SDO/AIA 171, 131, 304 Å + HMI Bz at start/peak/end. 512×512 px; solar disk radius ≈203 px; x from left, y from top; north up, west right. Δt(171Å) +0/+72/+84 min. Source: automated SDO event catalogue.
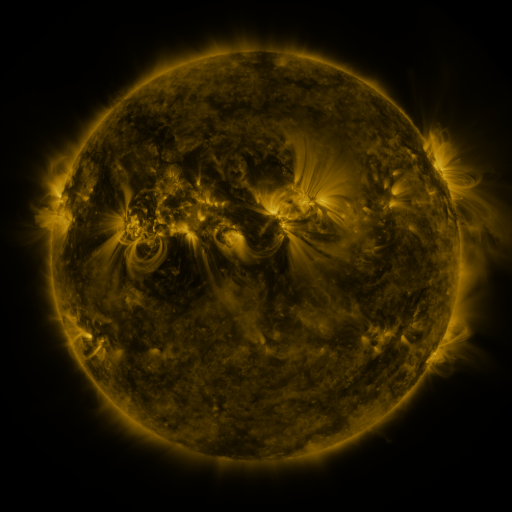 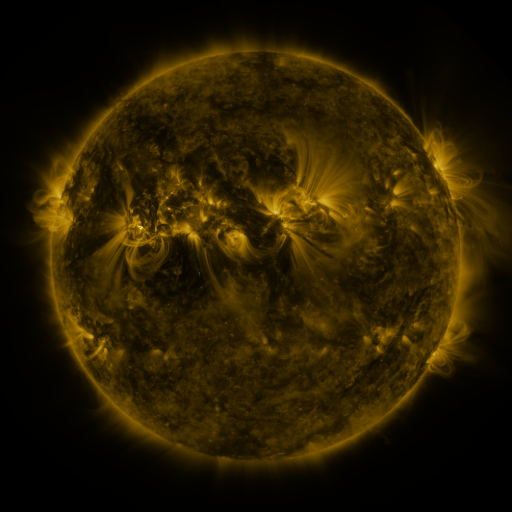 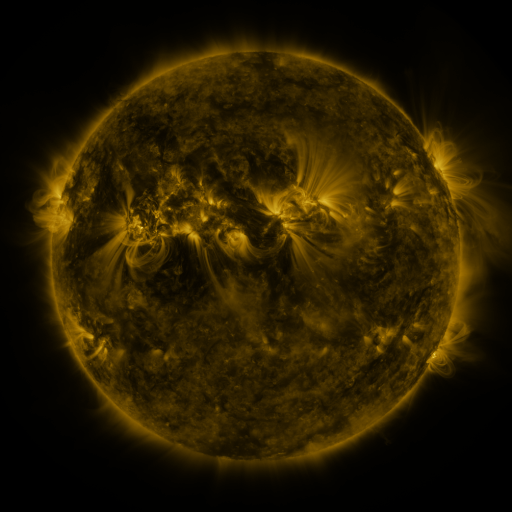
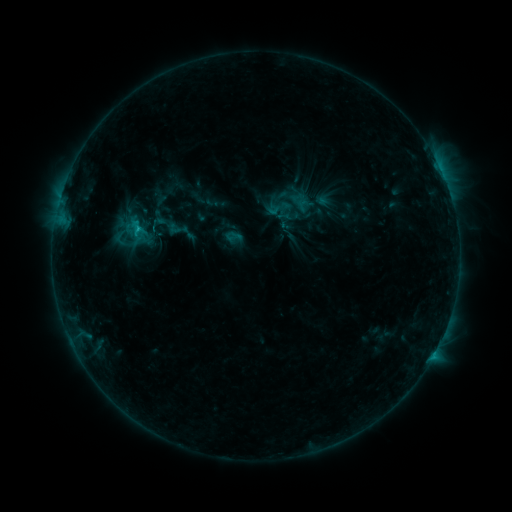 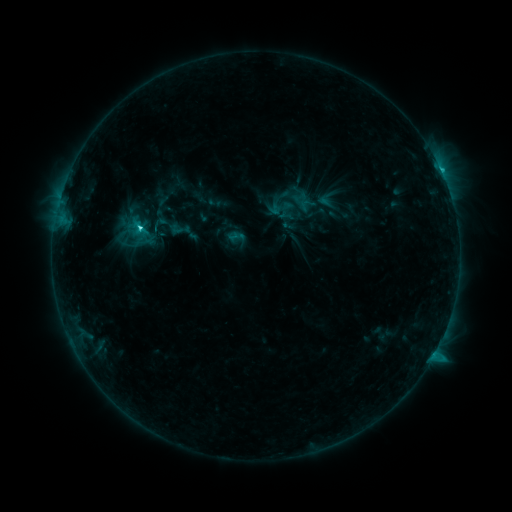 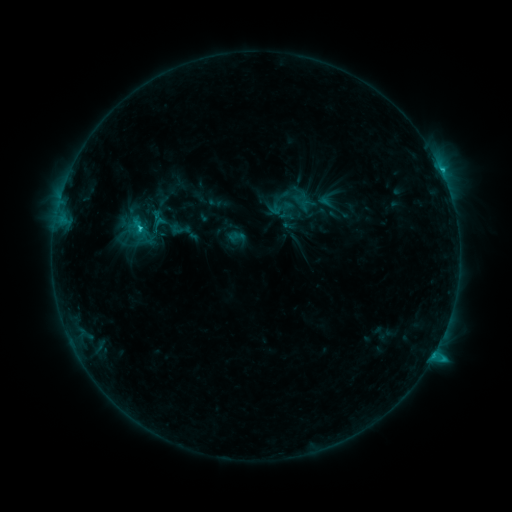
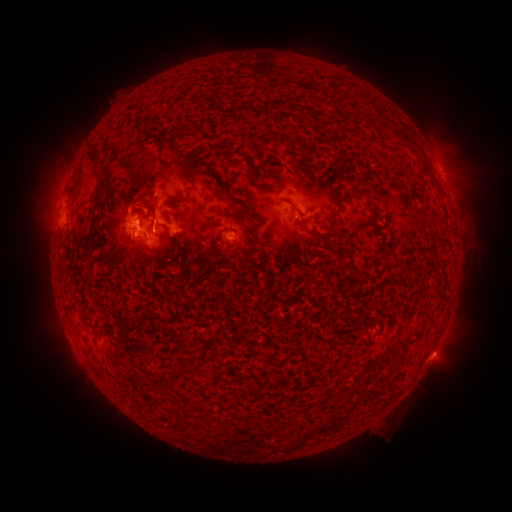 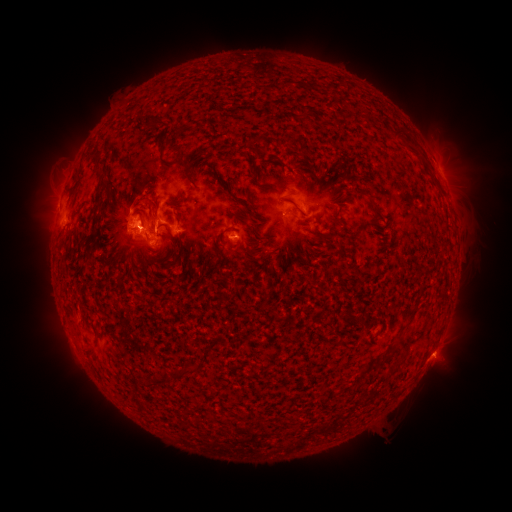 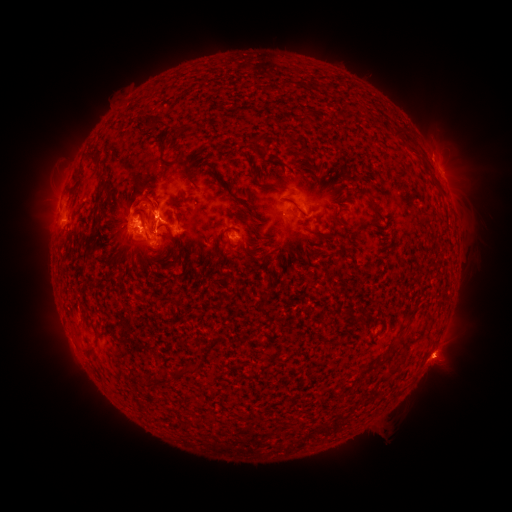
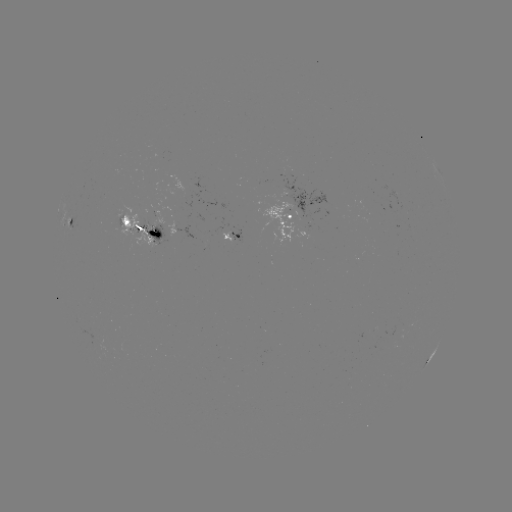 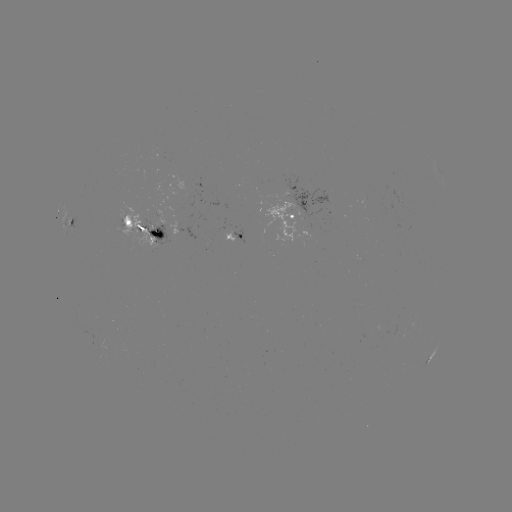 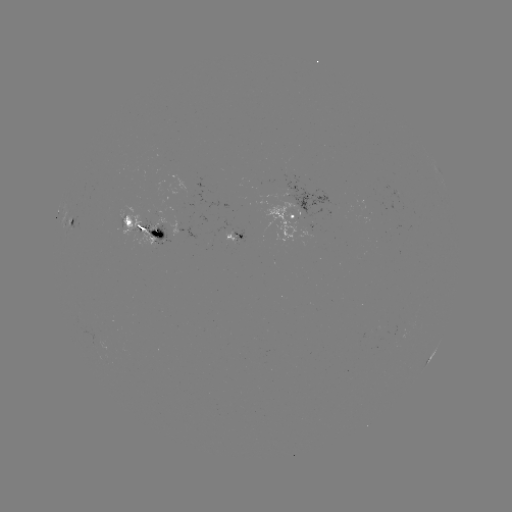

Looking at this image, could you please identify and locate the emerging-flux region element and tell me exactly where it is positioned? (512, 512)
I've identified emerging-flux region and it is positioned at (230, 231).